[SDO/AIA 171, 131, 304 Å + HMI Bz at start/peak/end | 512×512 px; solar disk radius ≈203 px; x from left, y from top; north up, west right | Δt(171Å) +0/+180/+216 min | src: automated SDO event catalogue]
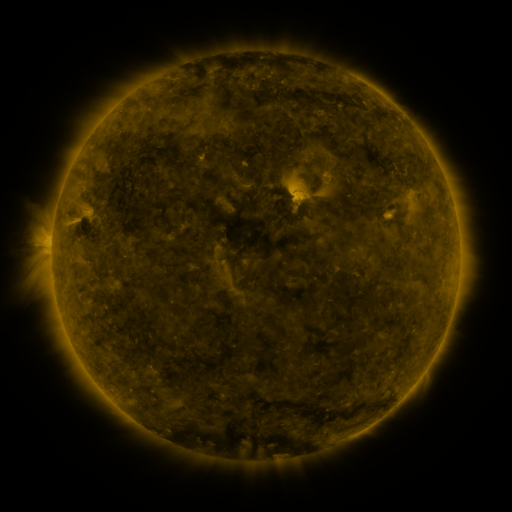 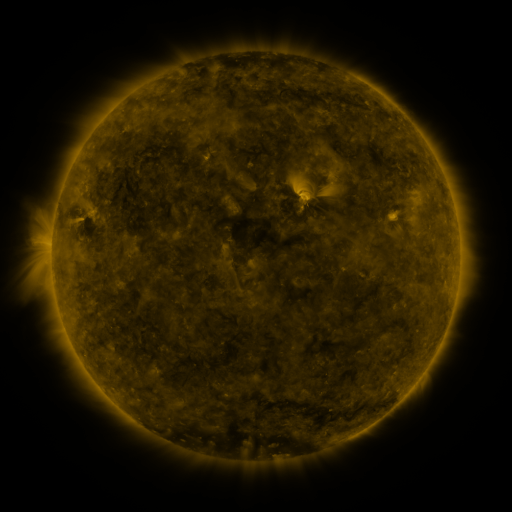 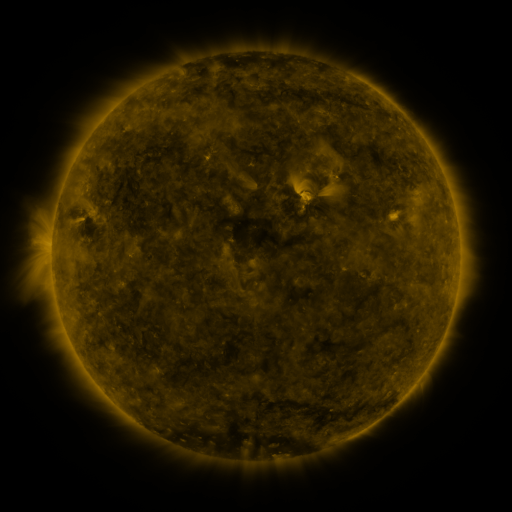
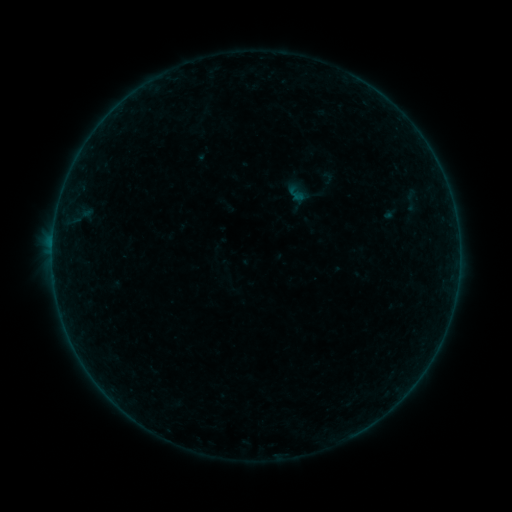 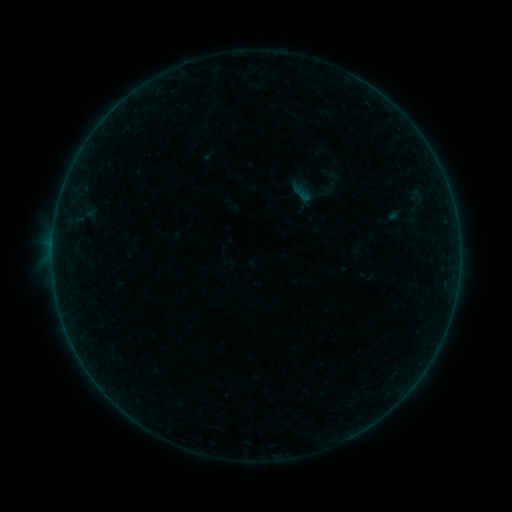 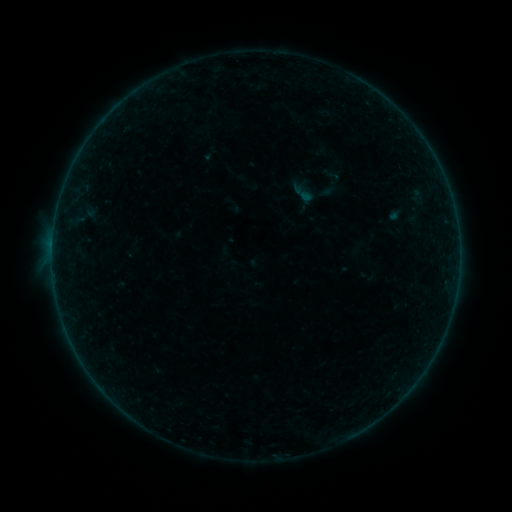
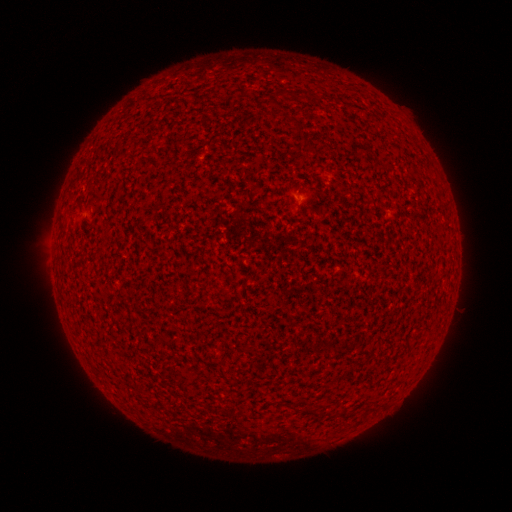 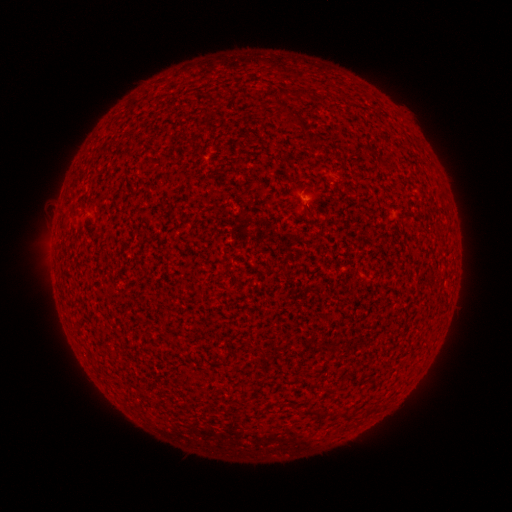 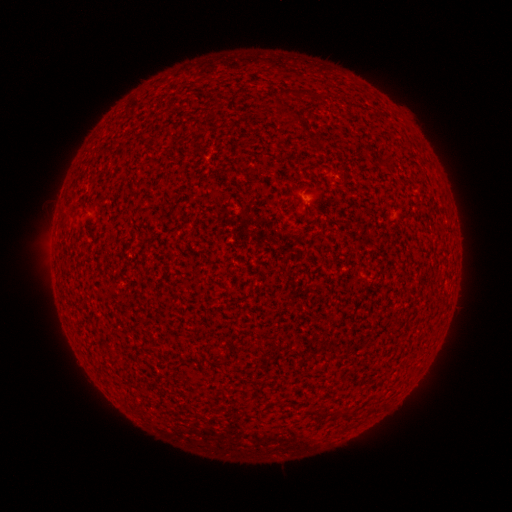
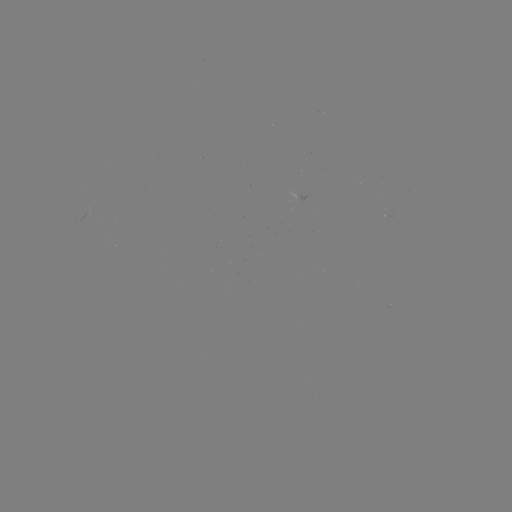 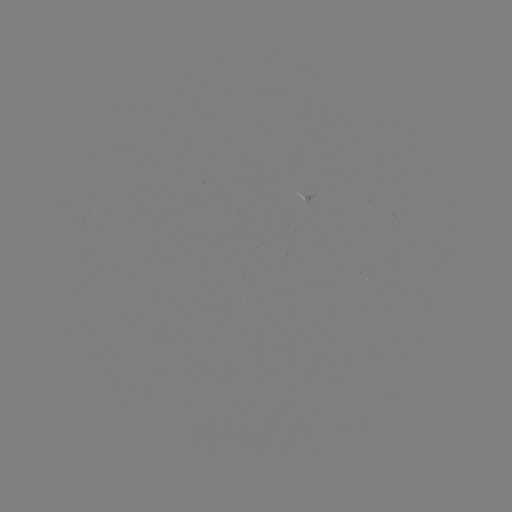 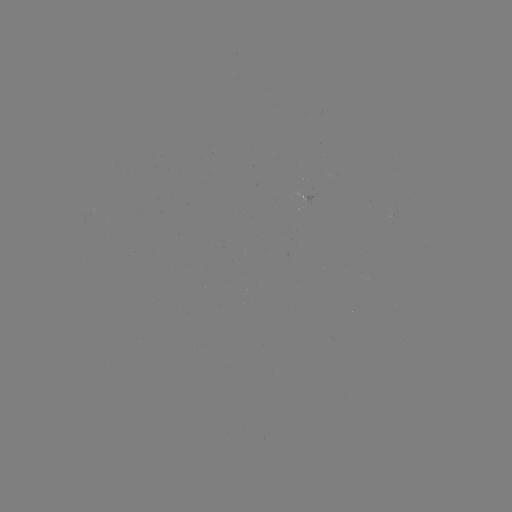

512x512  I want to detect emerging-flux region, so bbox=[391, 207, 400, 219].